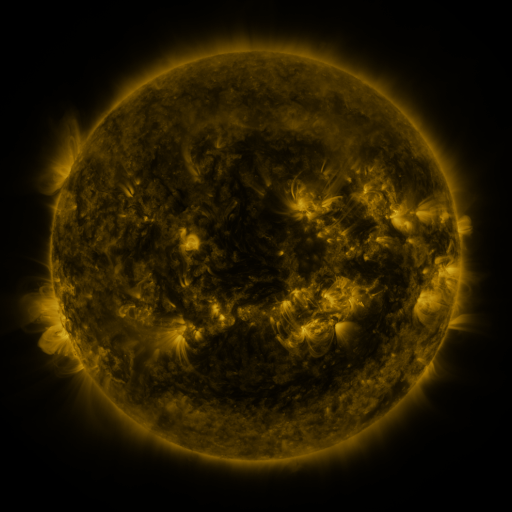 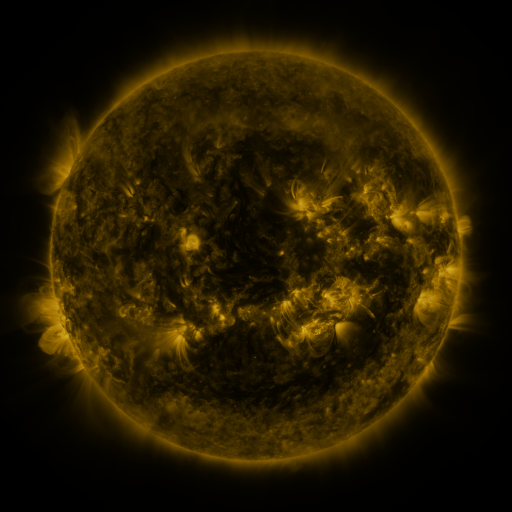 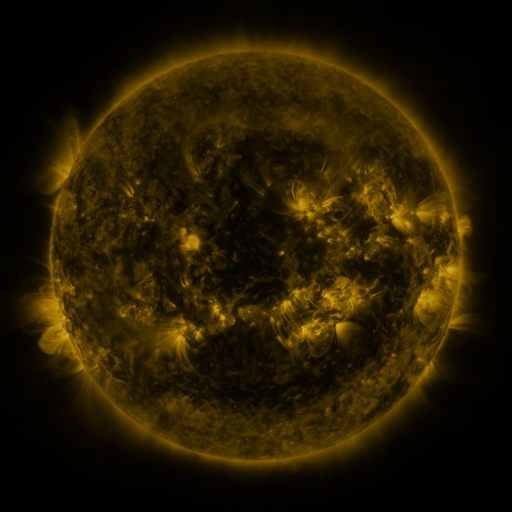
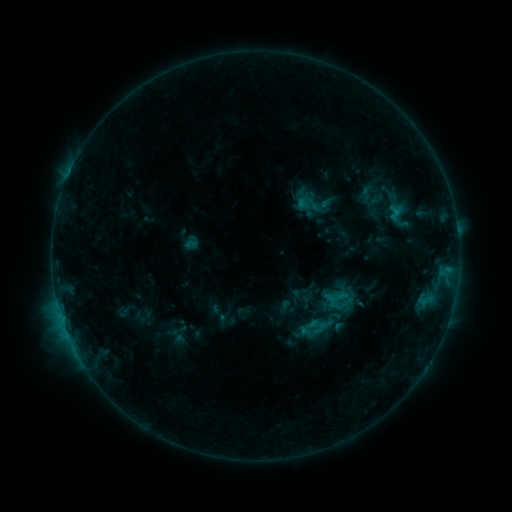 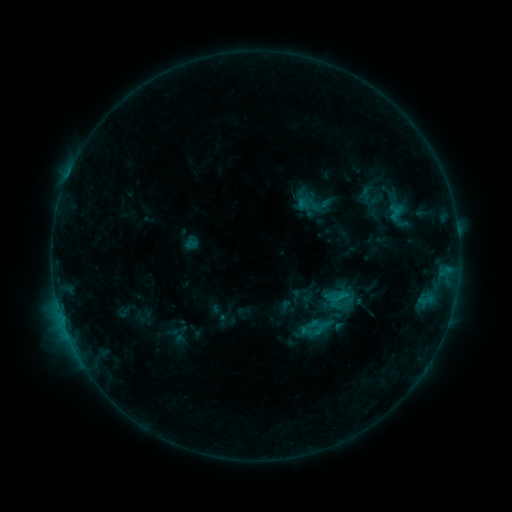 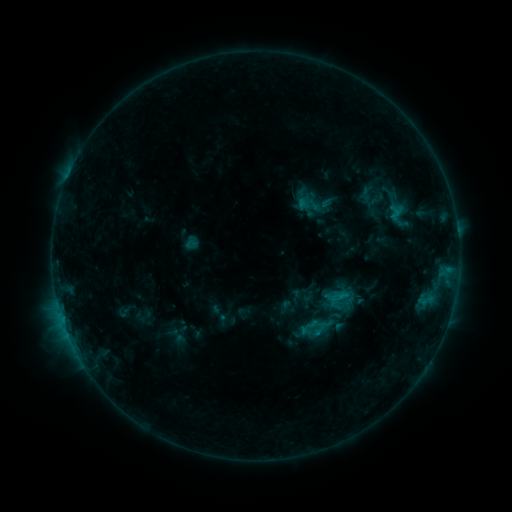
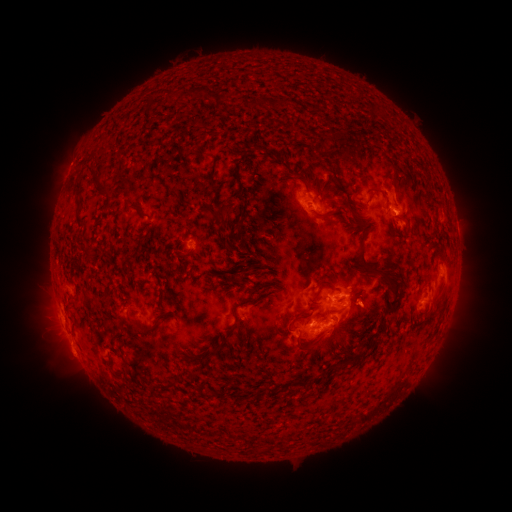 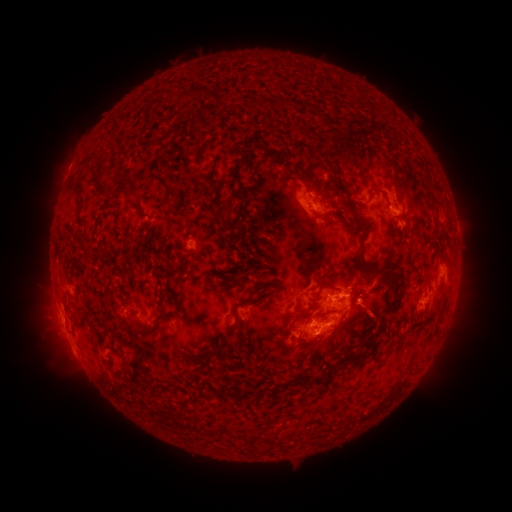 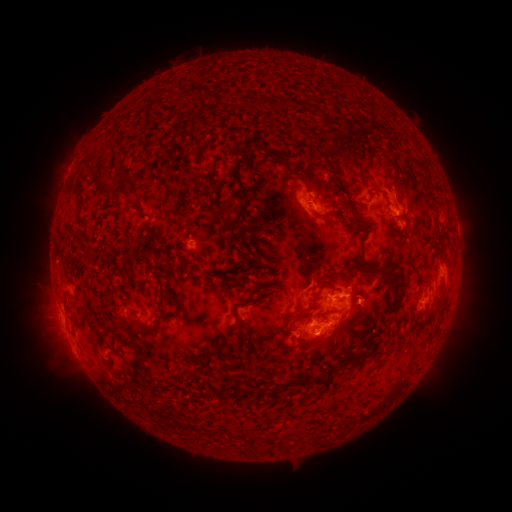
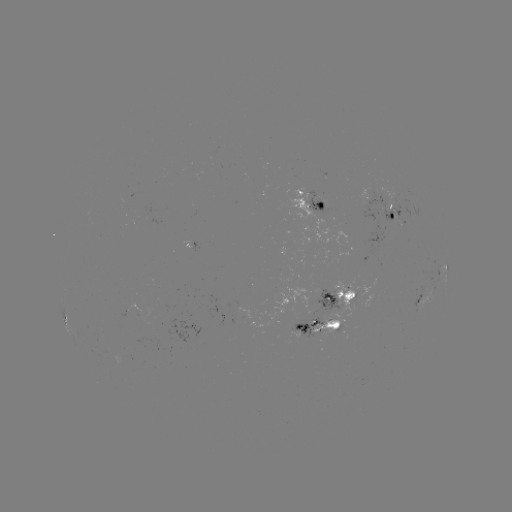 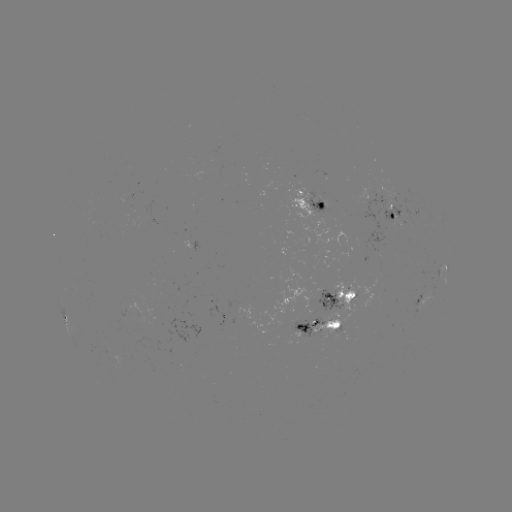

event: eruption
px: (373, 311)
